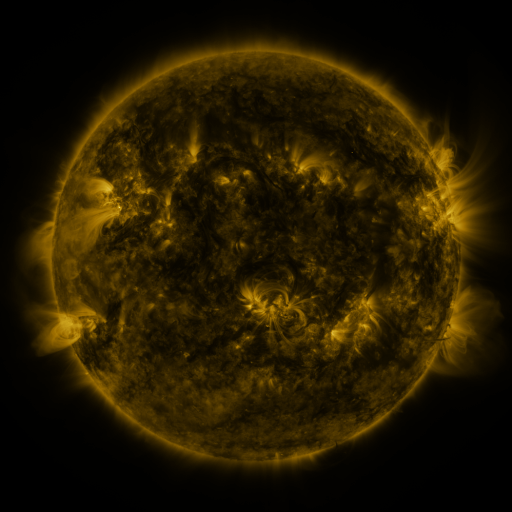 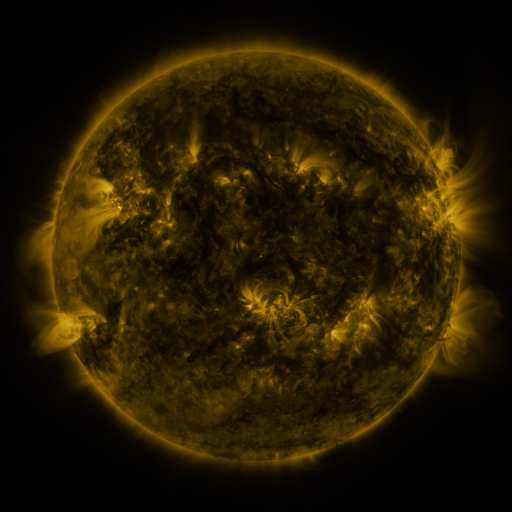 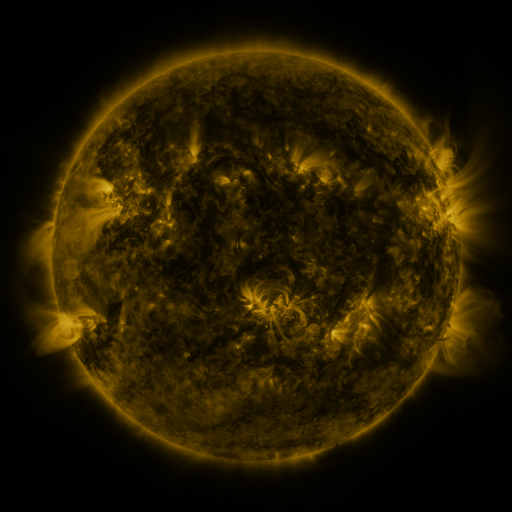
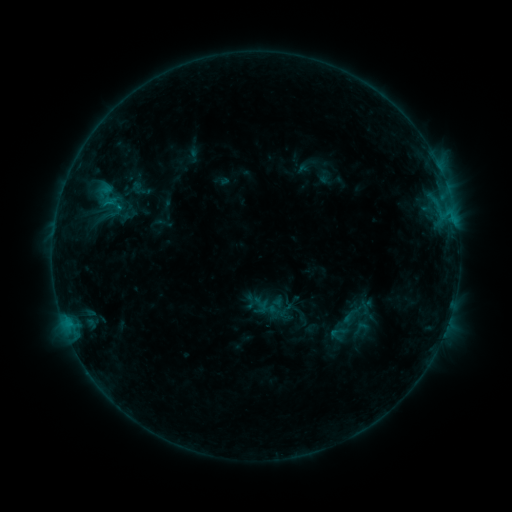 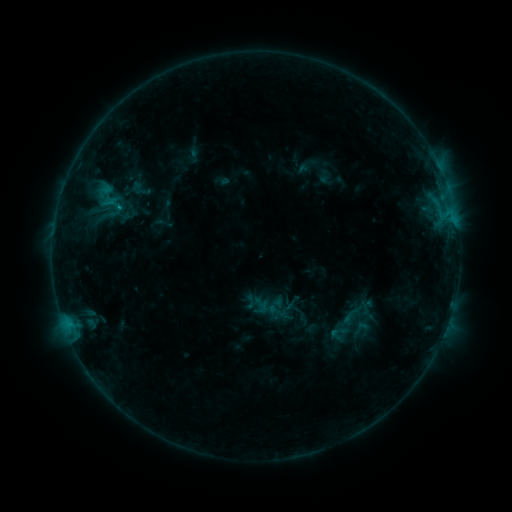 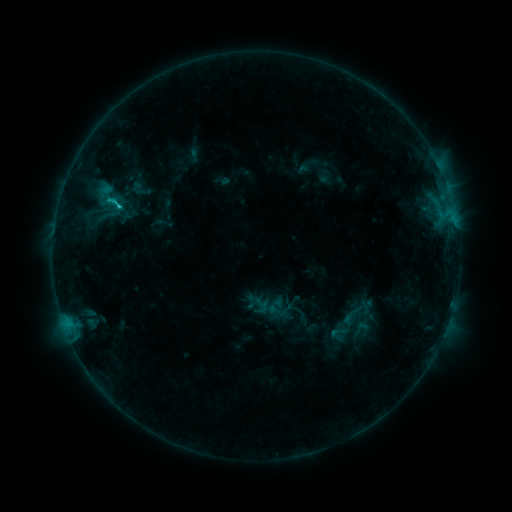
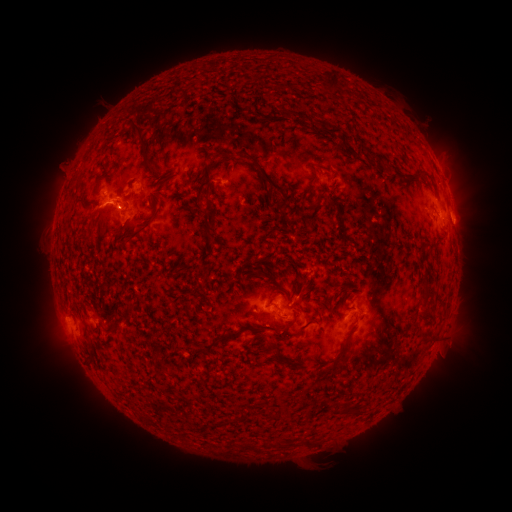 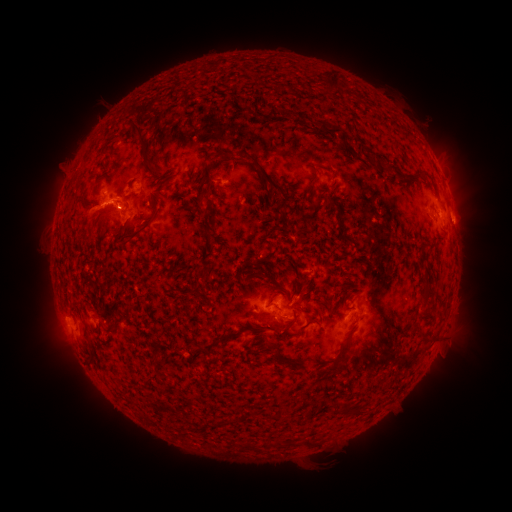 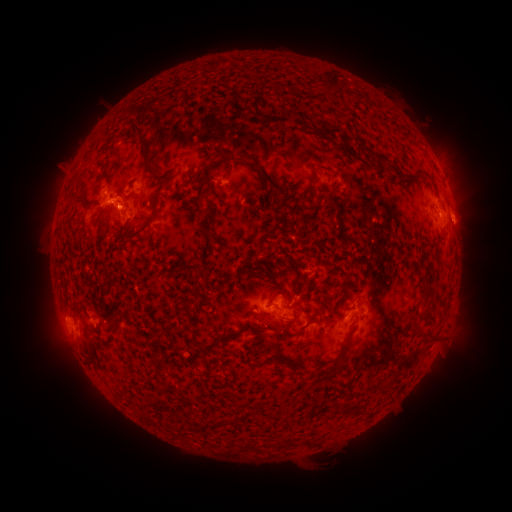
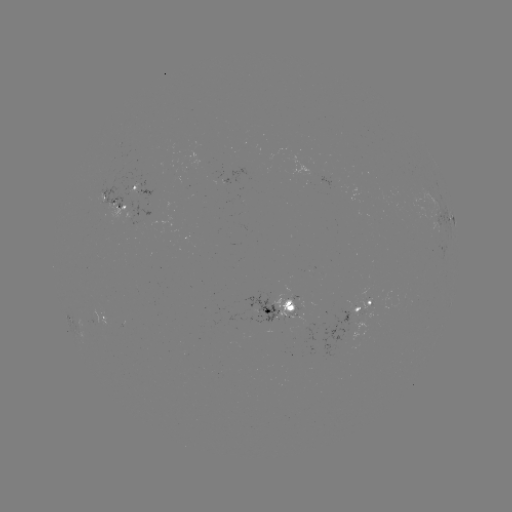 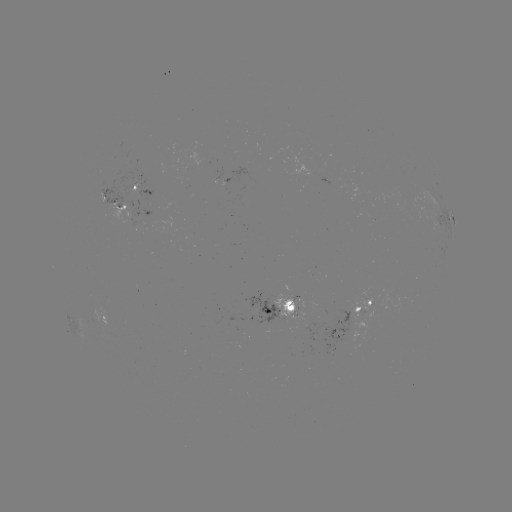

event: flare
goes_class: C1.3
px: (119, 207)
